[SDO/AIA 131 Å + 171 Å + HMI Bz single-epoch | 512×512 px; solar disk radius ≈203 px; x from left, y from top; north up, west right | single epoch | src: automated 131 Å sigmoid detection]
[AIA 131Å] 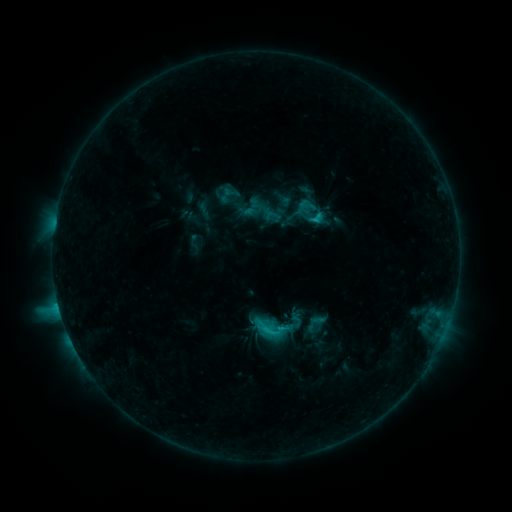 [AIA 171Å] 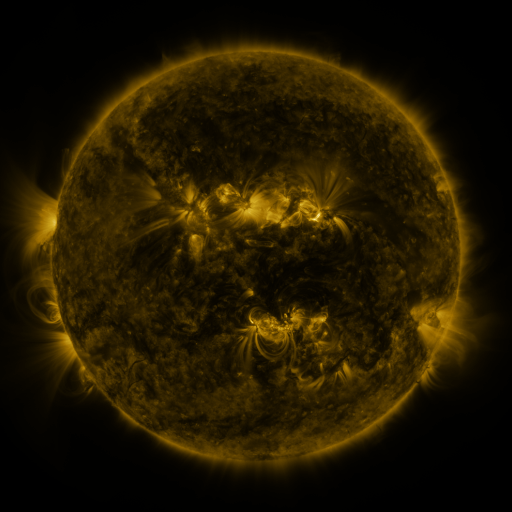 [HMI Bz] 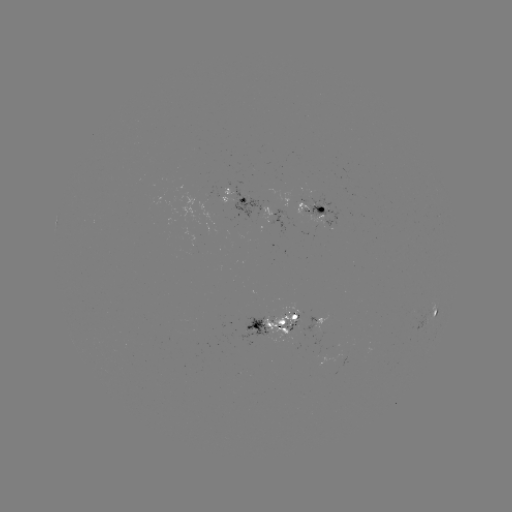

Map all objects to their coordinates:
sigmoid: (315, 323)
sigmoid: (279, 327)
